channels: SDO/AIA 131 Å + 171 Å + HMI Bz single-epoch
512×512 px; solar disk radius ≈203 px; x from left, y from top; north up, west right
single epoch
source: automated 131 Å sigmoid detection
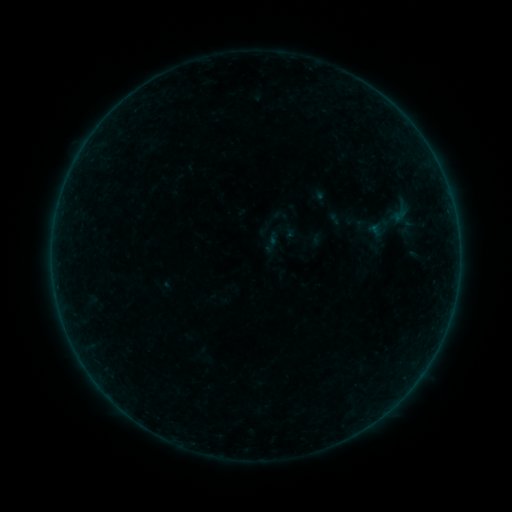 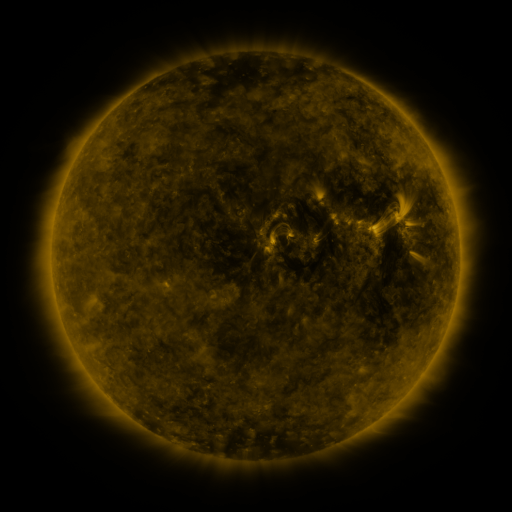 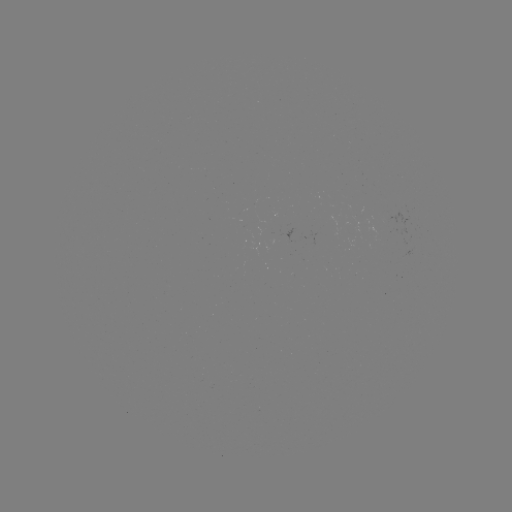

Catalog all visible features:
sigmoid: [386, 203, 414, 224]
sigmoid: [259, 217, 300, 258]
